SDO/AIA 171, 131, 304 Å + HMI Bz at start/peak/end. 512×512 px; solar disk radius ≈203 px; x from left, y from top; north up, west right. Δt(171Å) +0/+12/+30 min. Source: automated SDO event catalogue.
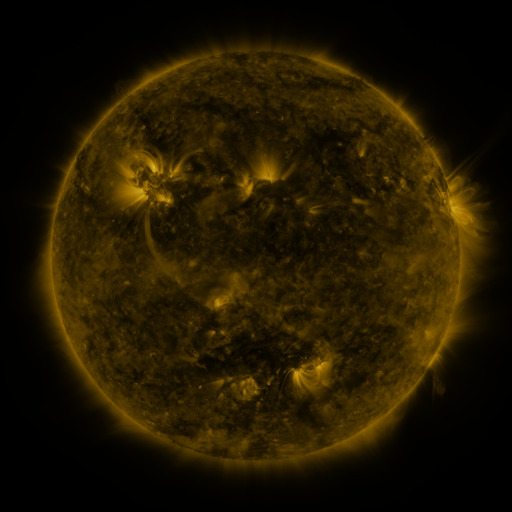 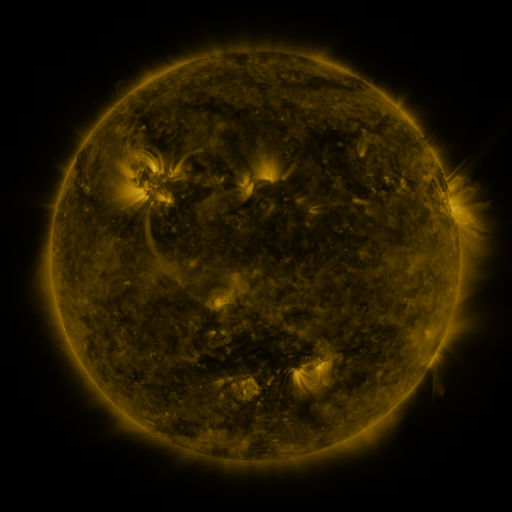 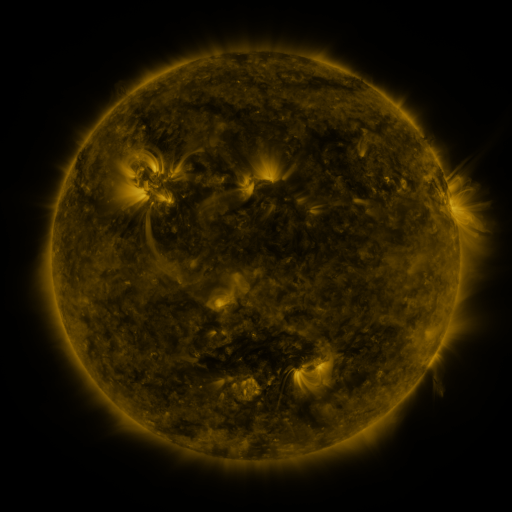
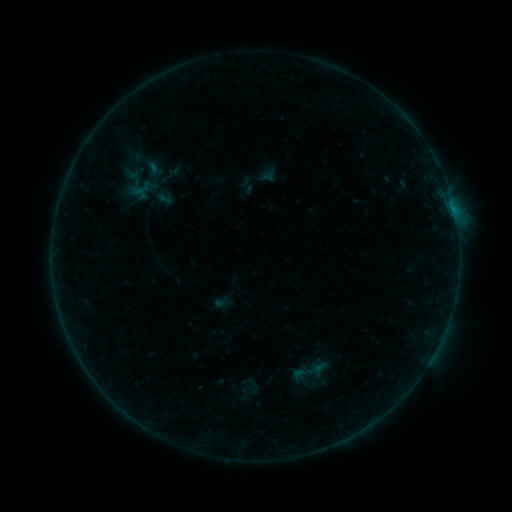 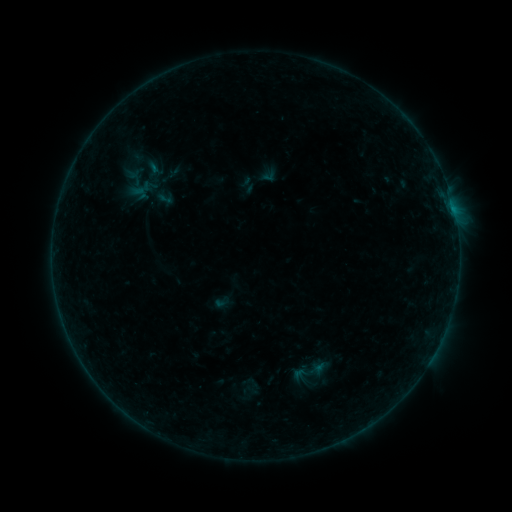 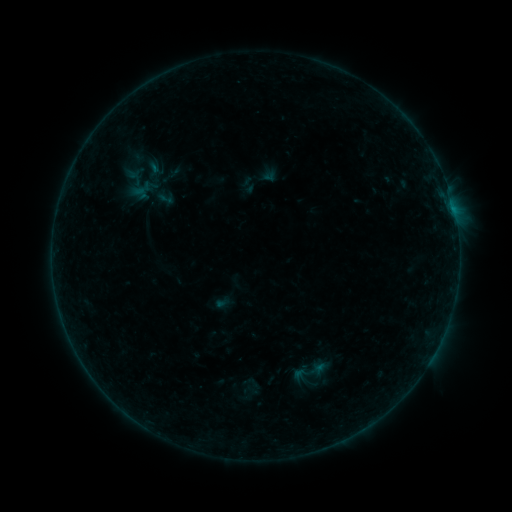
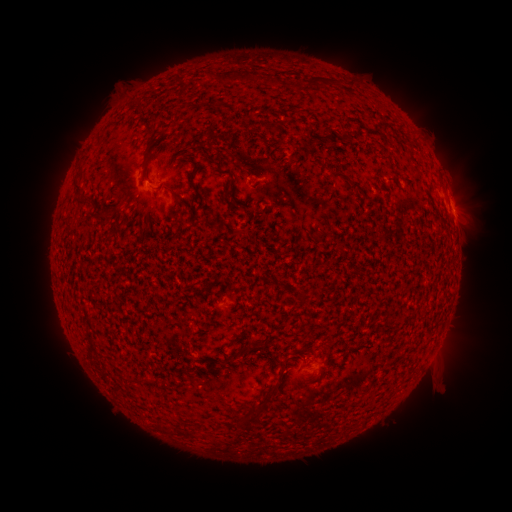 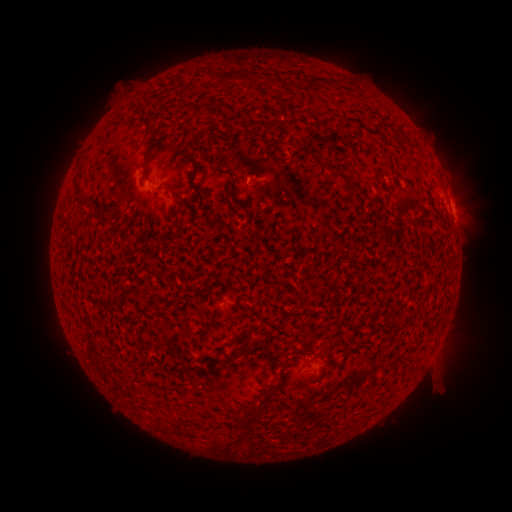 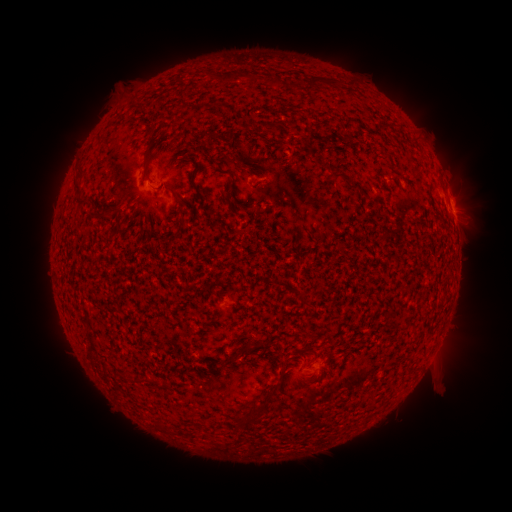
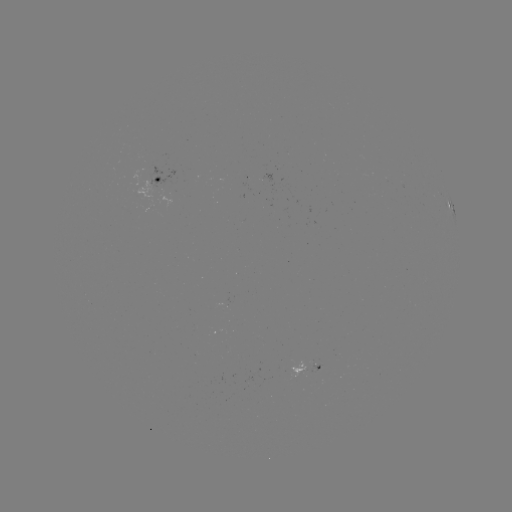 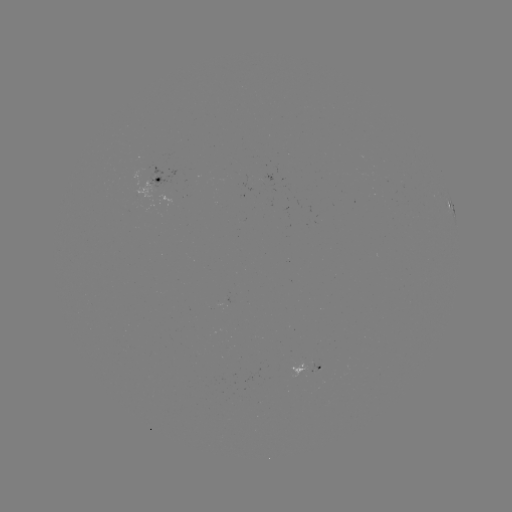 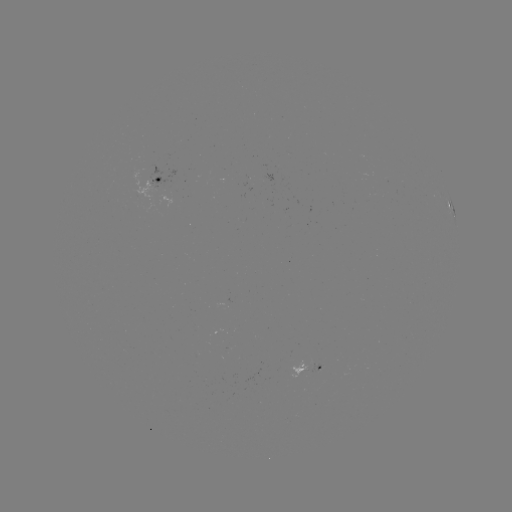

no classed flare was catalogued and no EUV brightening was flagged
